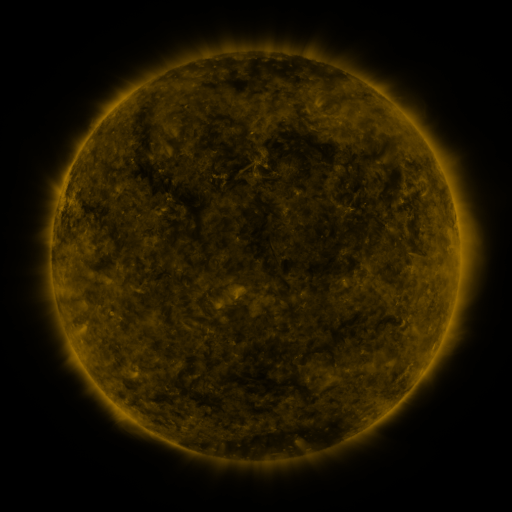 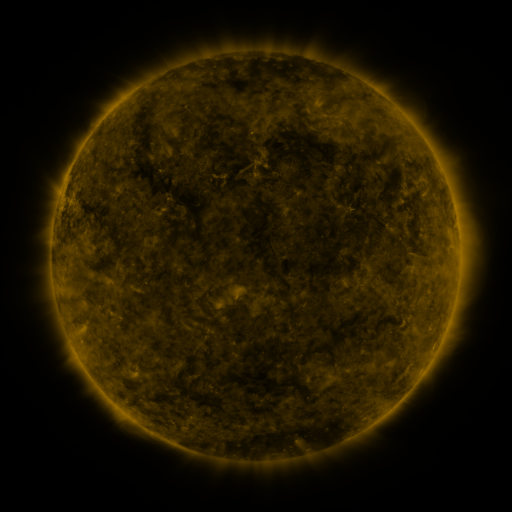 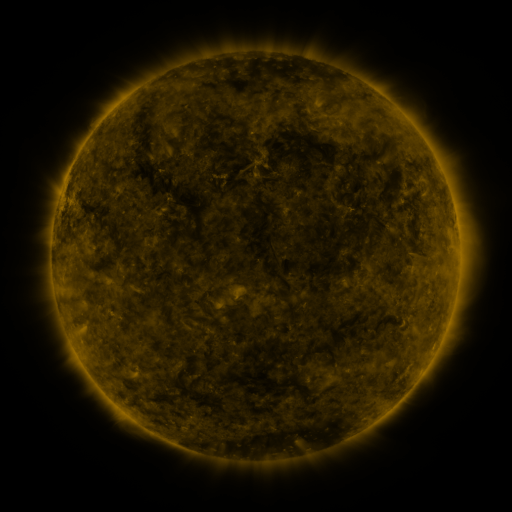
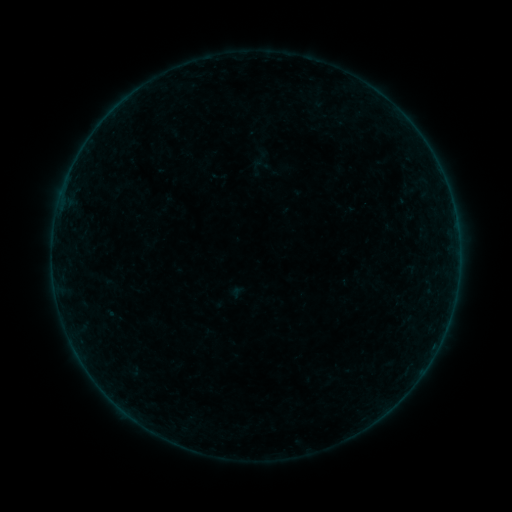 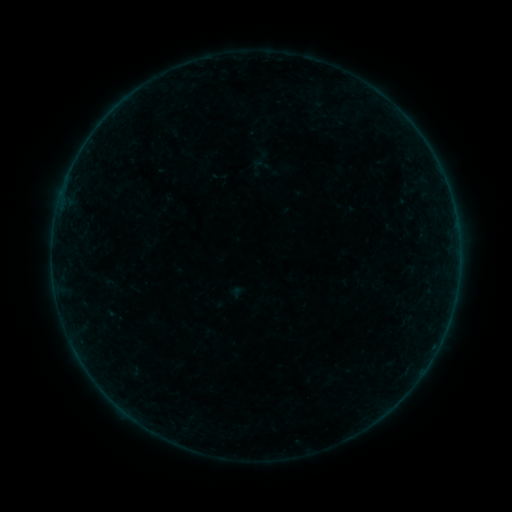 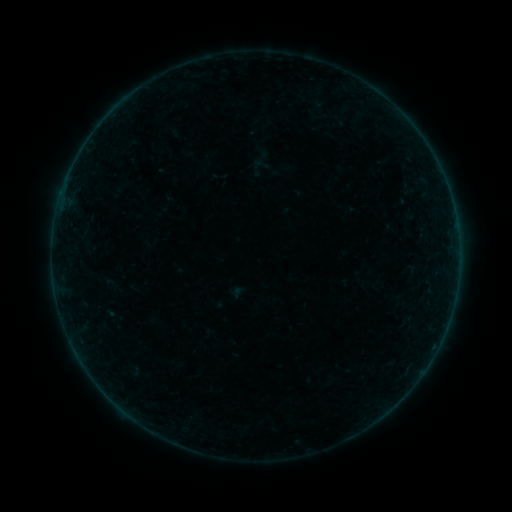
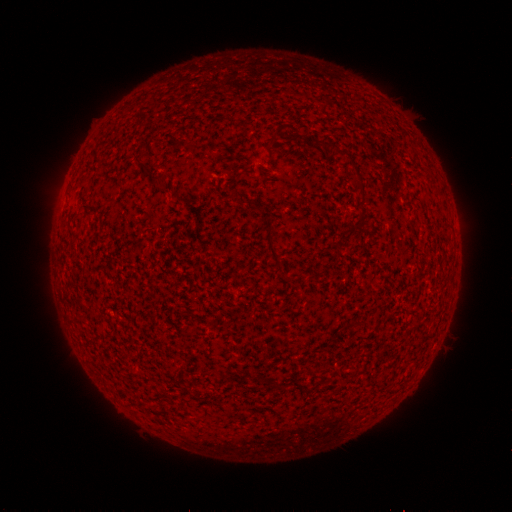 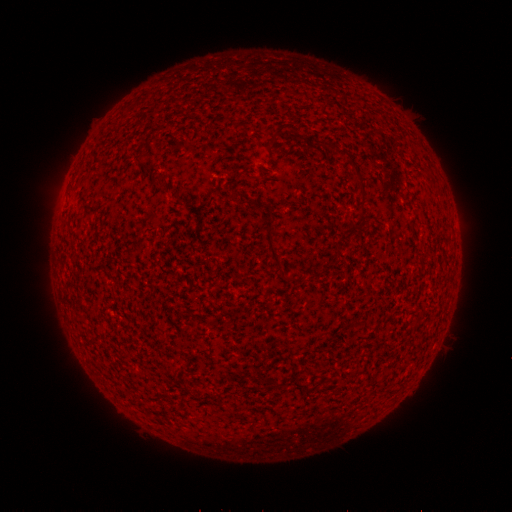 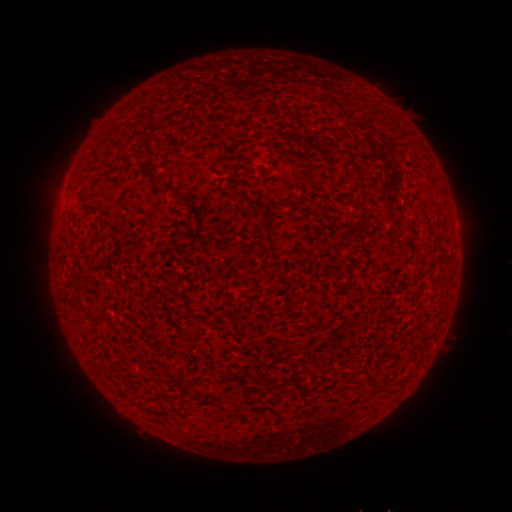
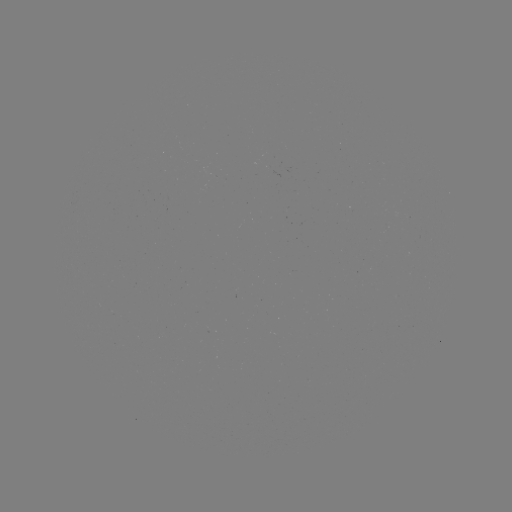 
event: flare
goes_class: B2.0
